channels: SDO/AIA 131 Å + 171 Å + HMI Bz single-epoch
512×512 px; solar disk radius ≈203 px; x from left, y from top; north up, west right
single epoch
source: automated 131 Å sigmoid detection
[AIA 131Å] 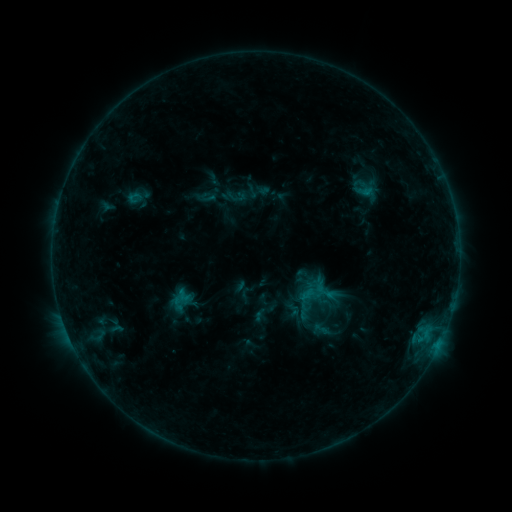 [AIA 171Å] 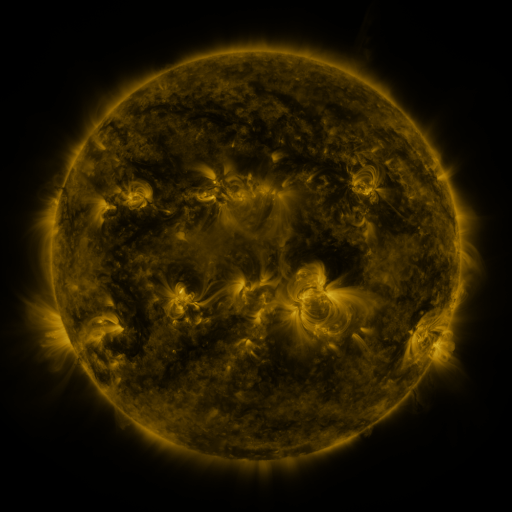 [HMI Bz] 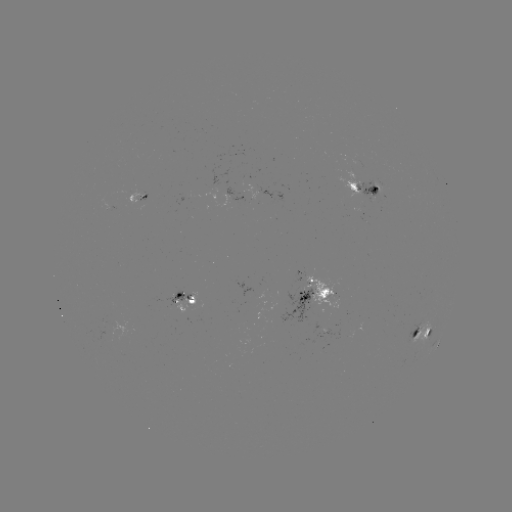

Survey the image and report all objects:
sigmoid: (206, 198)
